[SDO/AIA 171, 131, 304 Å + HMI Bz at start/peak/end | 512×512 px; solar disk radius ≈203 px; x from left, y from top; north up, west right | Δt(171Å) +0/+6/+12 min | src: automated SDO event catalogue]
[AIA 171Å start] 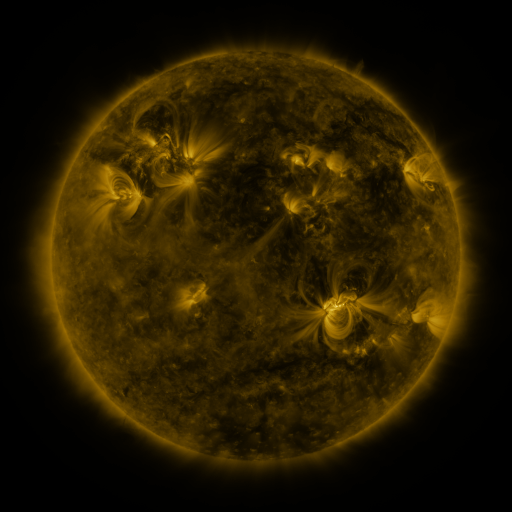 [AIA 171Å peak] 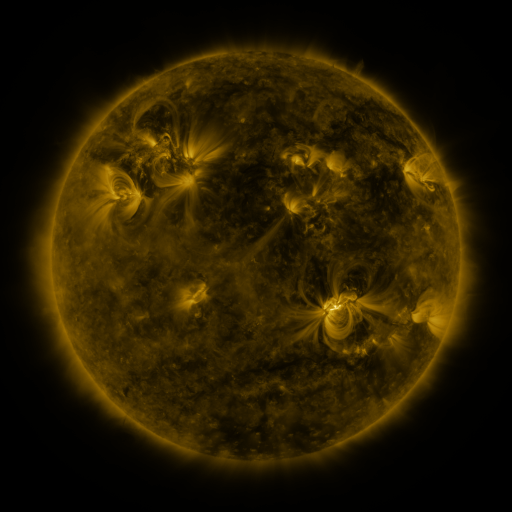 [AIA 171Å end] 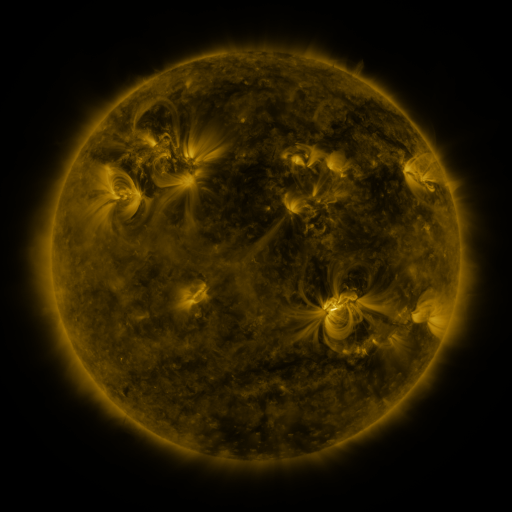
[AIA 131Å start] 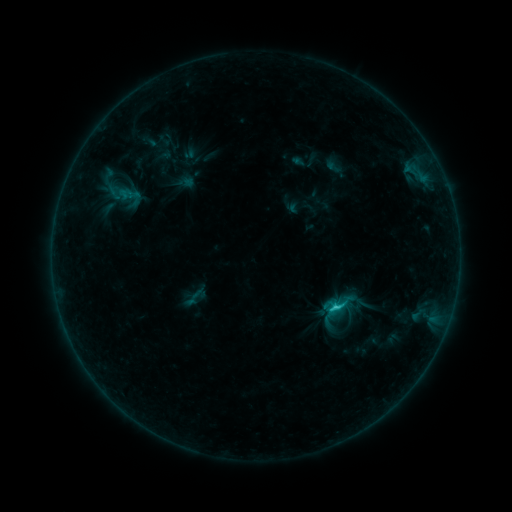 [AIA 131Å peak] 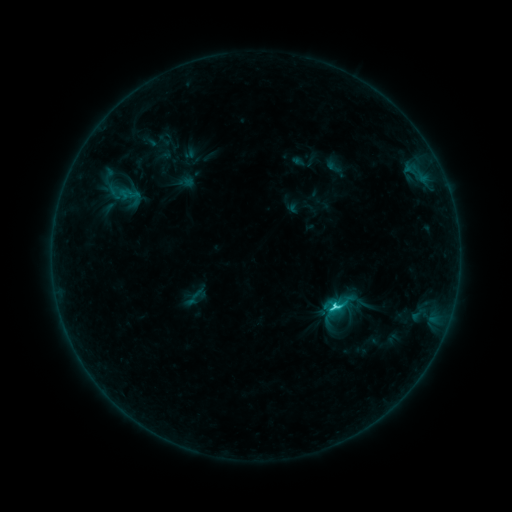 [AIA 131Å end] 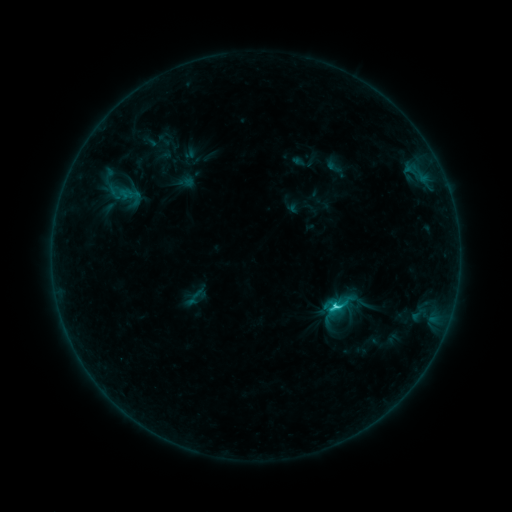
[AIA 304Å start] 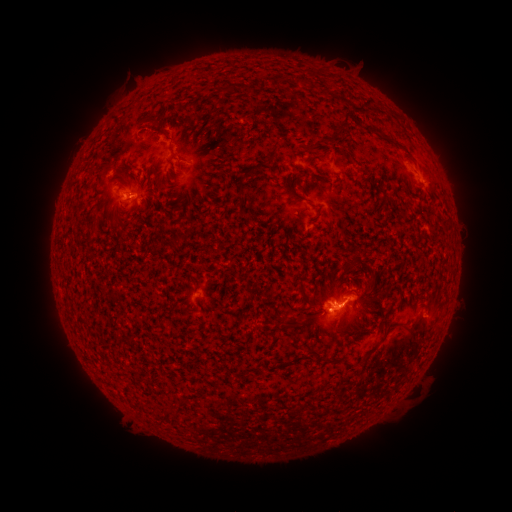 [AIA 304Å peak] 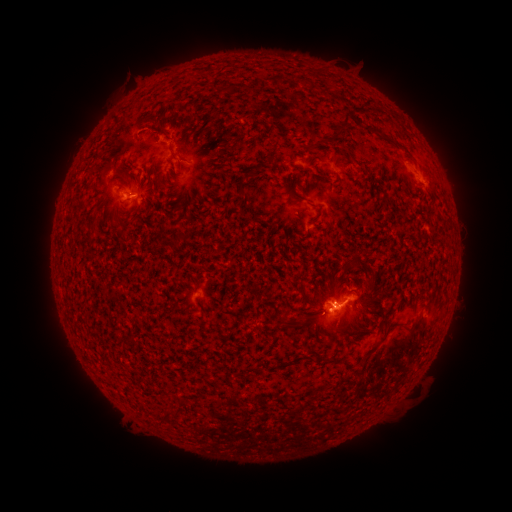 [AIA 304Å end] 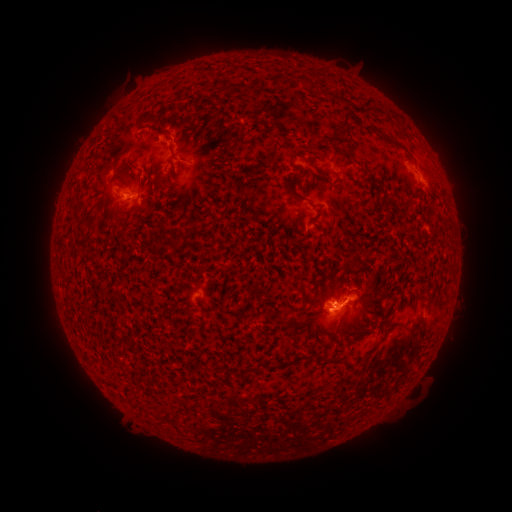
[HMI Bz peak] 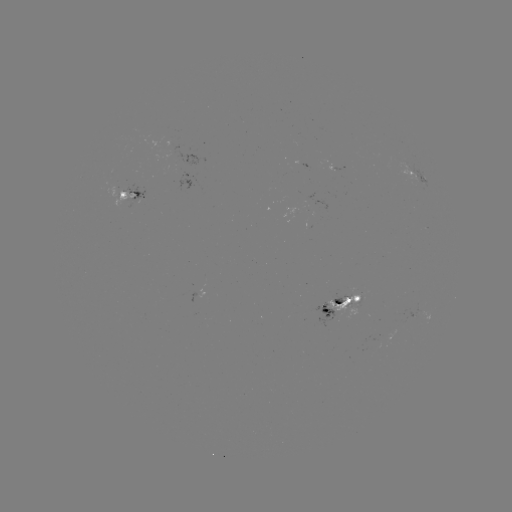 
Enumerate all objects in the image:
C2.2 flare: (254, 453)
